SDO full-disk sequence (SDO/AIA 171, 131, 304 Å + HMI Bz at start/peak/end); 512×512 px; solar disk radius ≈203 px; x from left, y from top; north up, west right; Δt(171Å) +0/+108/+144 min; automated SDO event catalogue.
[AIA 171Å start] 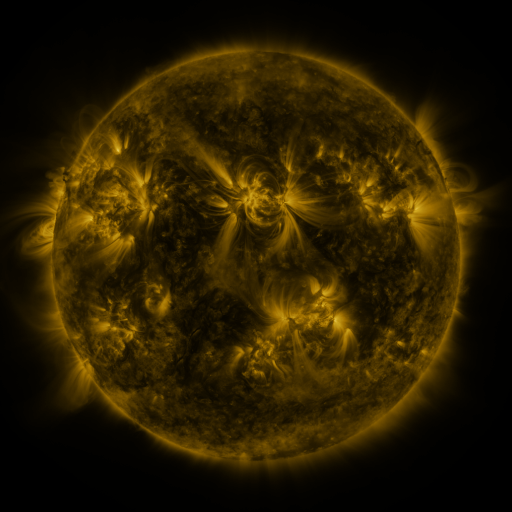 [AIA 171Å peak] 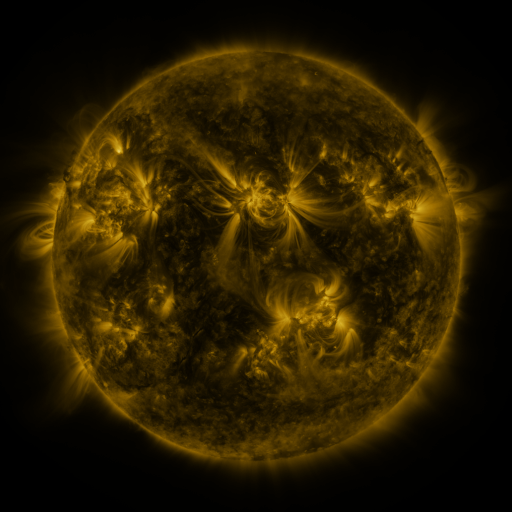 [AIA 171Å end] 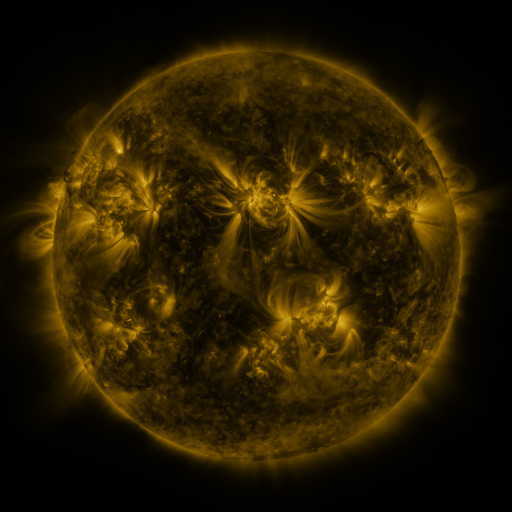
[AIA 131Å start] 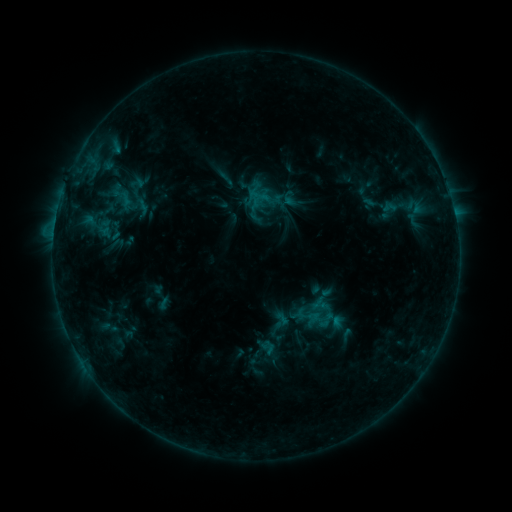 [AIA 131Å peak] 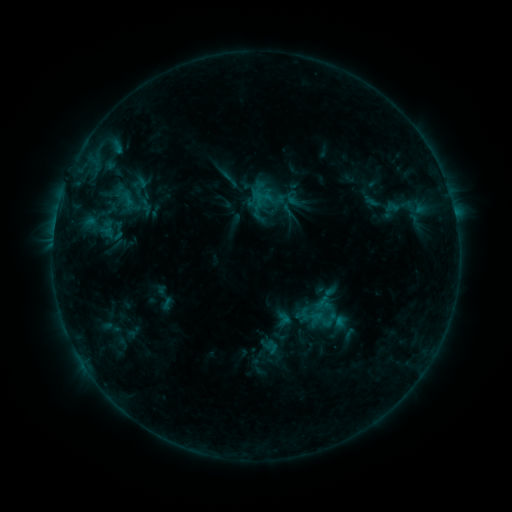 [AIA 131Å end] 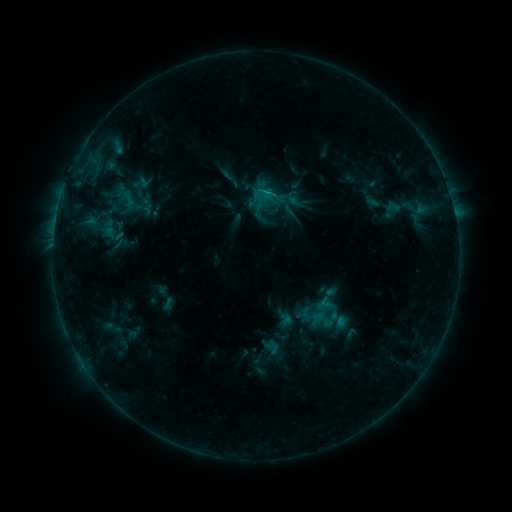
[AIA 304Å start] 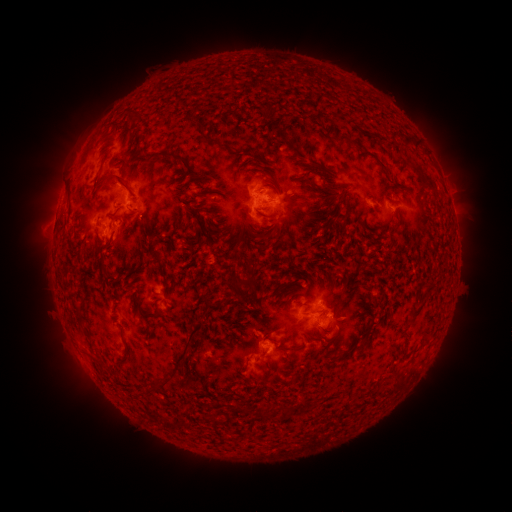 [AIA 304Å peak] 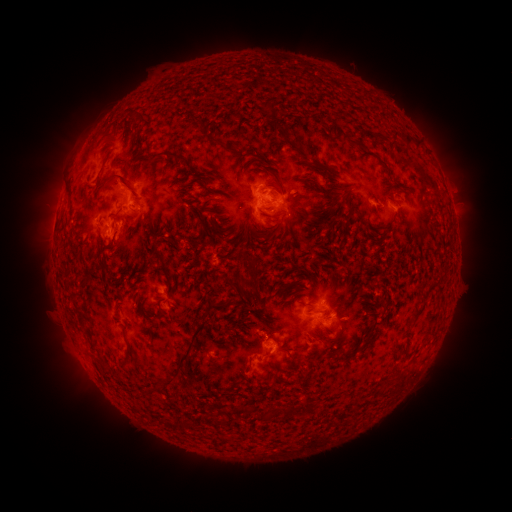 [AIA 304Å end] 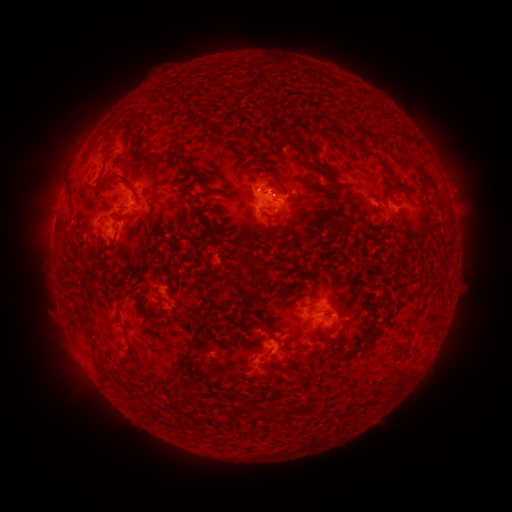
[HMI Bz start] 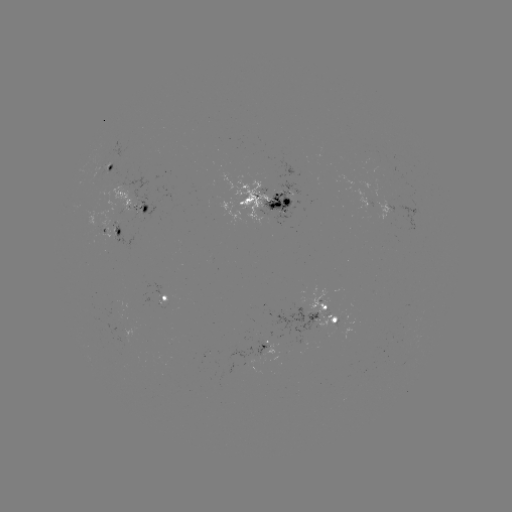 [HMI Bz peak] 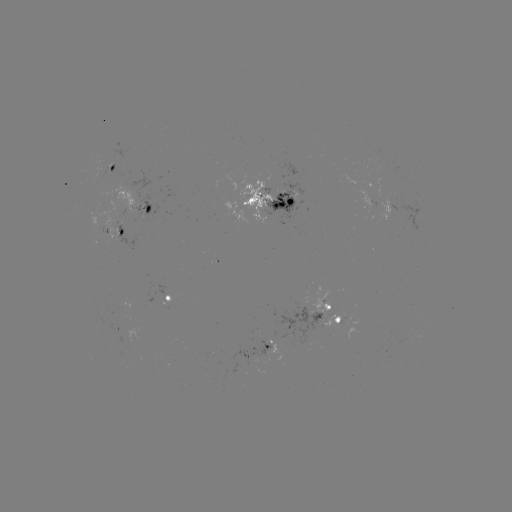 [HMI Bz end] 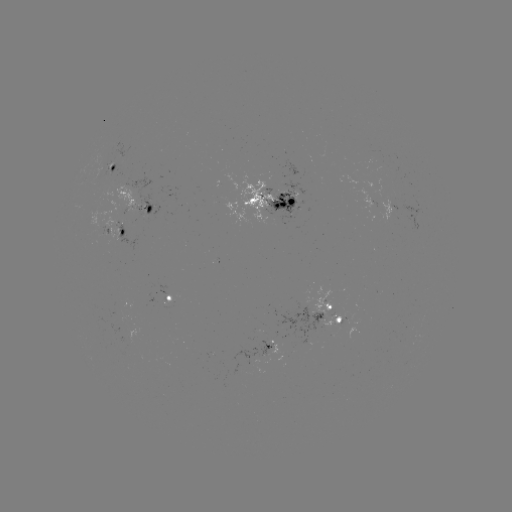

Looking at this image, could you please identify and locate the emerging-flux region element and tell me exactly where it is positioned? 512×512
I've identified emerging-flux region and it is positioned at (289, 198).